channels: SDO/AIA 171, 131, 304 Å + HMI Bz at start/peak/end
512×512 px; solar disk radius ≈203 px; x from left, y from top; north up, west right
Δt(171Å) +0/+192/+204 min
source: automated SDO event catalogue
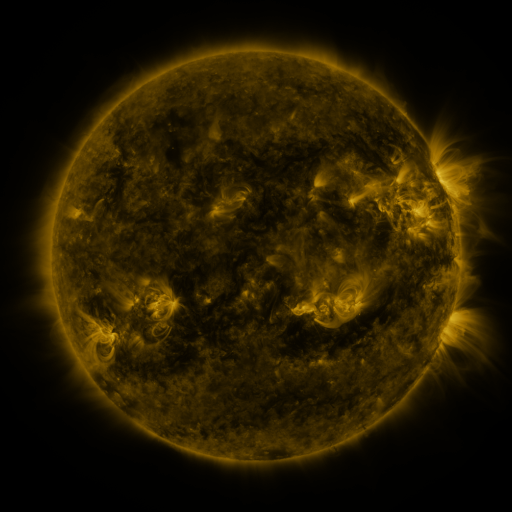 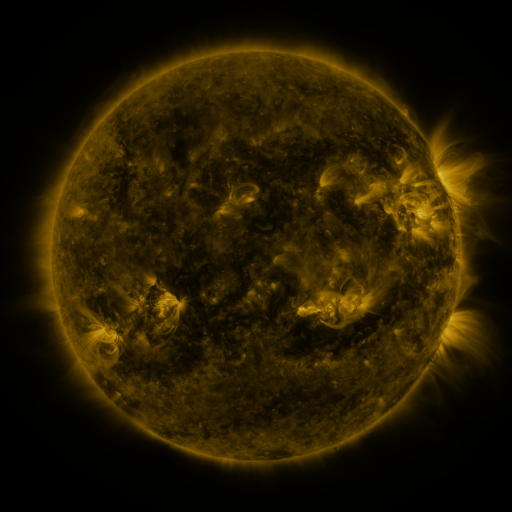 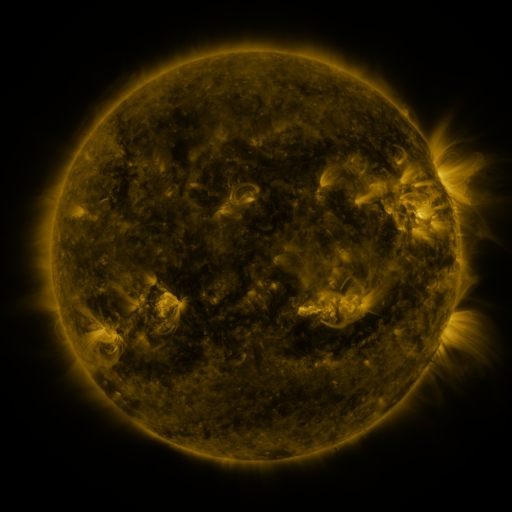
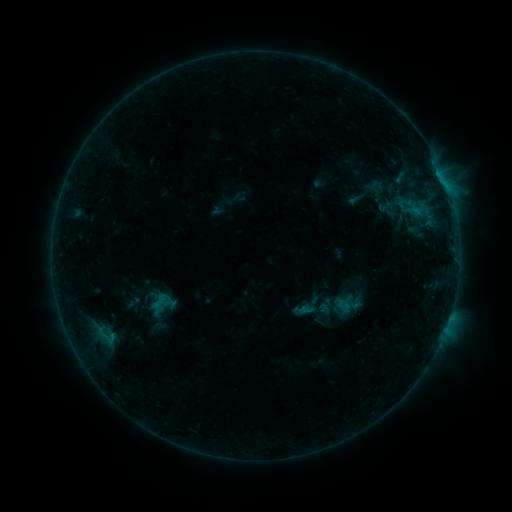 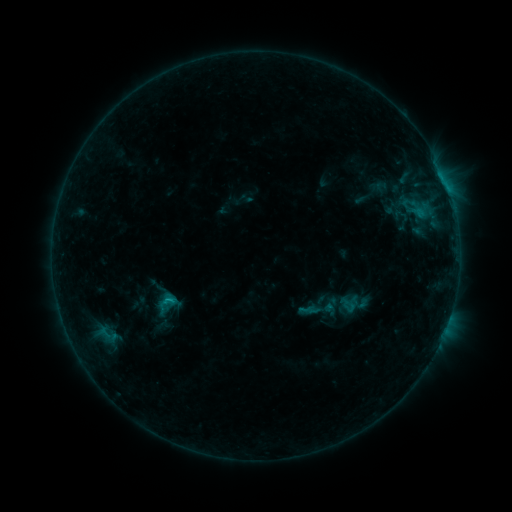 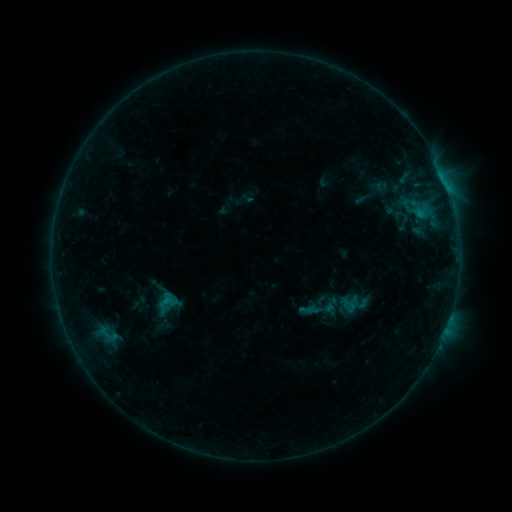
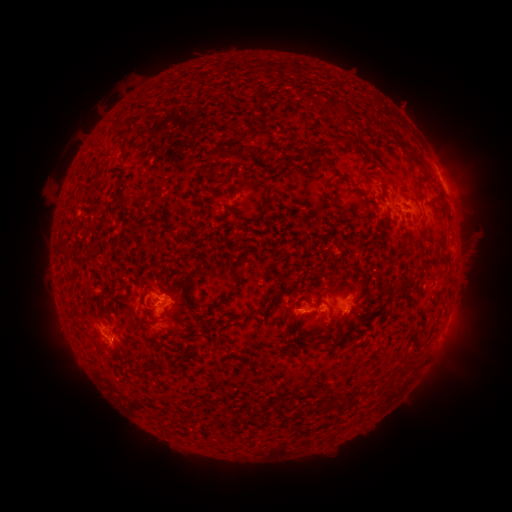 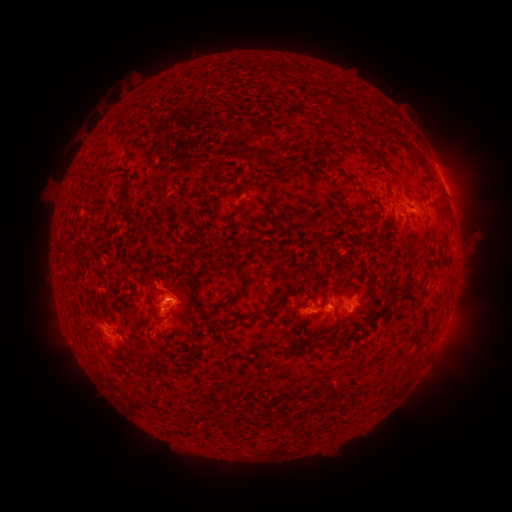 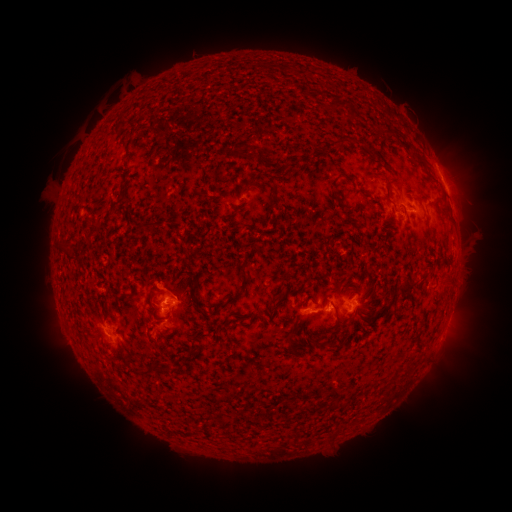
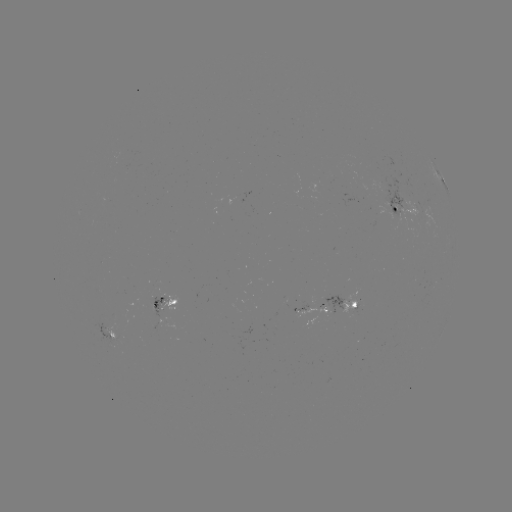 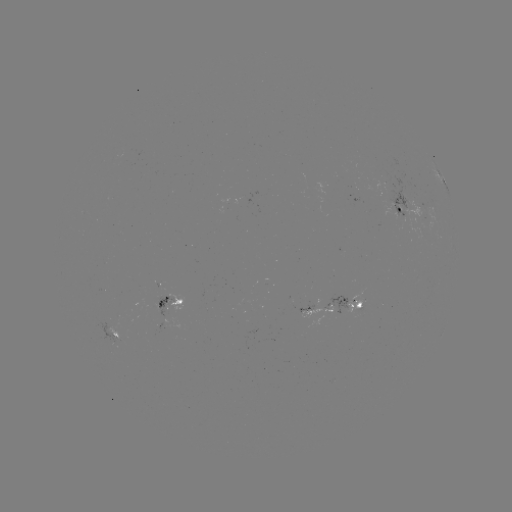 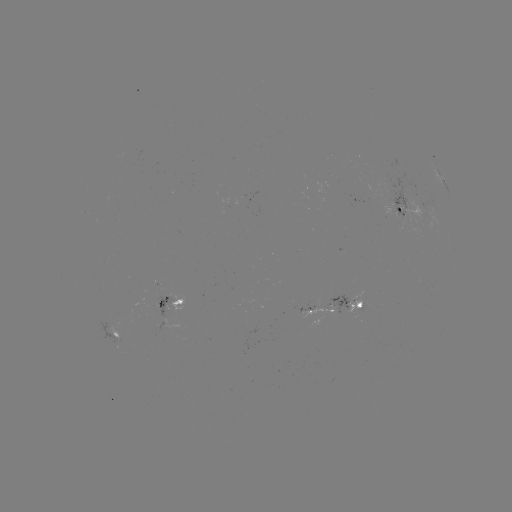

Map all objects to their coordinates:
emerging-flux region: (401, 199)
